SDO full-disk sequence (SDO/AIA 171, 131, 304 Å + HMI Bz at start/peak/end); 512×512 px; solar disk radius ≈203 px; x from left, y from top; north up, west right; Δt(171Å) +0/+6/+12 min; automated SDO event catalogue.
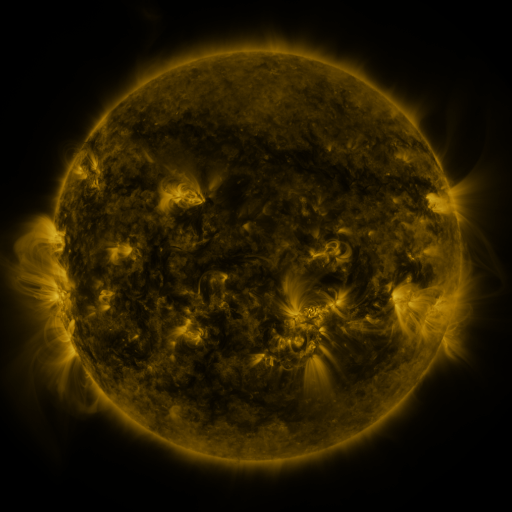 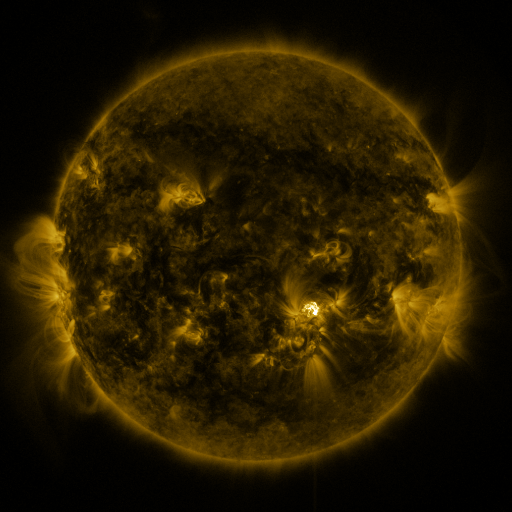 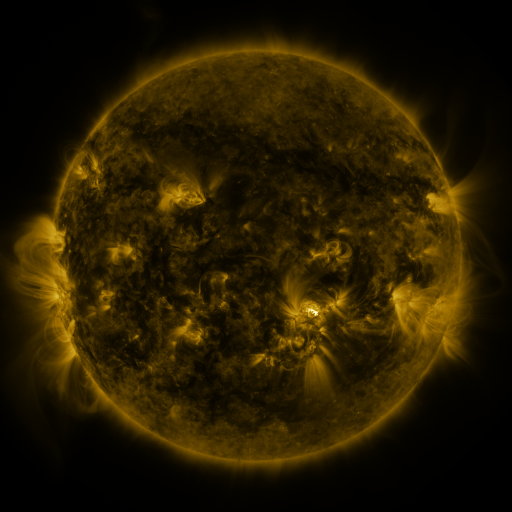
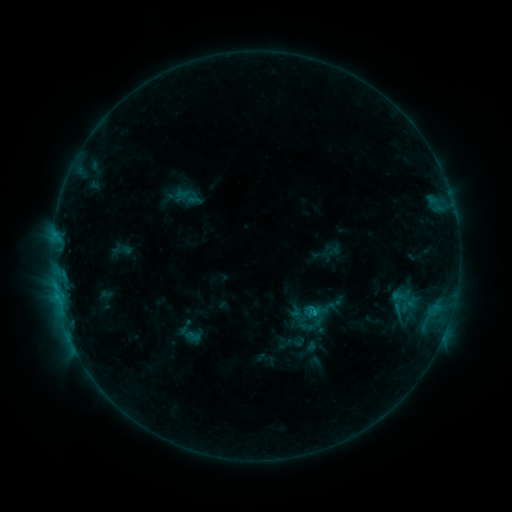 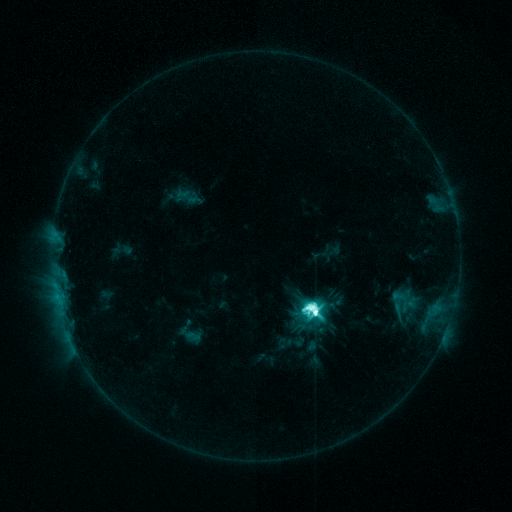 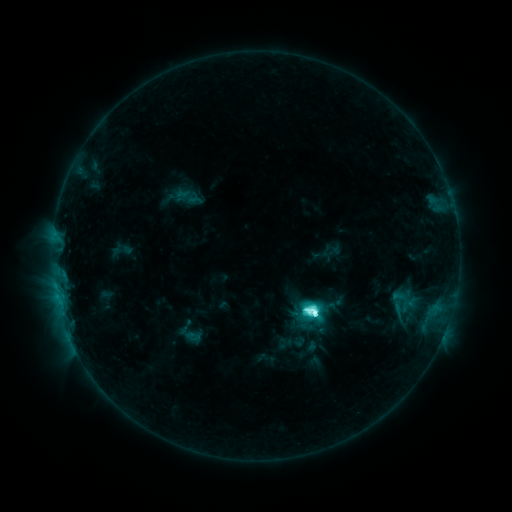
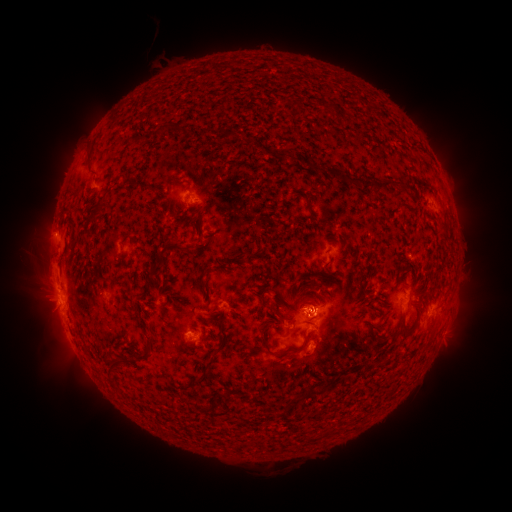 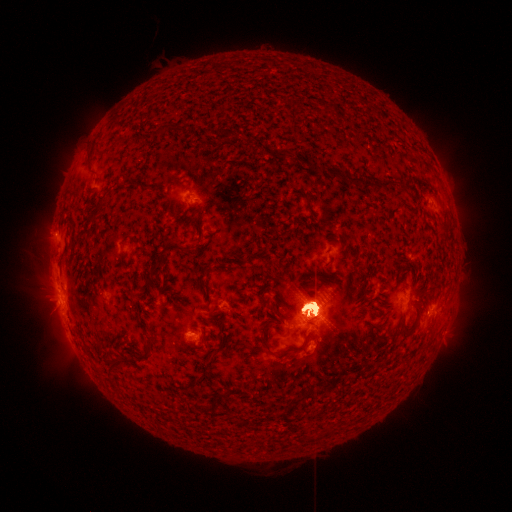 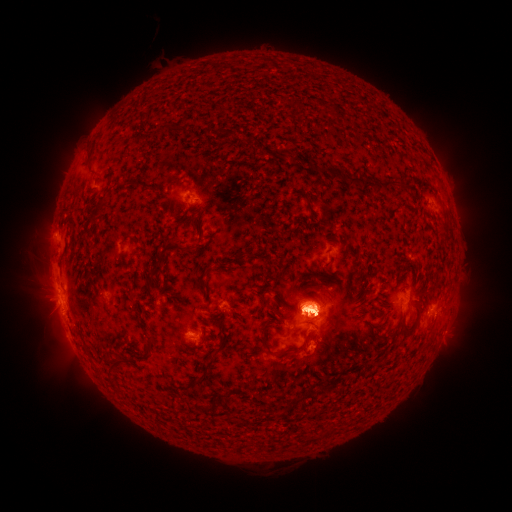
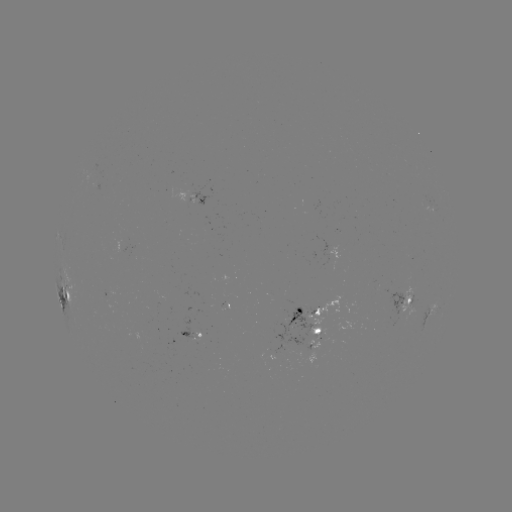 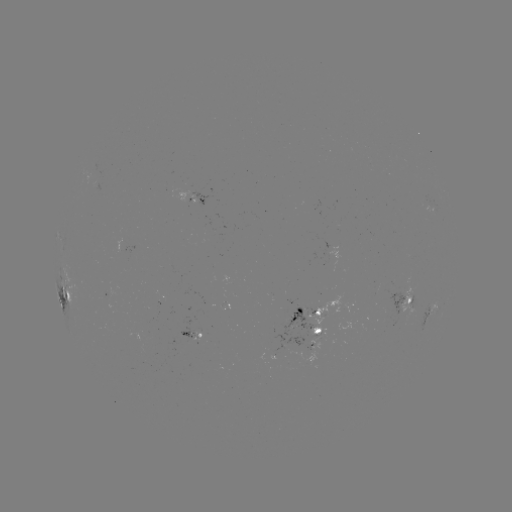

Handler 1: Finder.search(eruption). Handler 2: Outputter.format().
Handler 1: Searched eruption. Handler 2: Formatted [458, 197].